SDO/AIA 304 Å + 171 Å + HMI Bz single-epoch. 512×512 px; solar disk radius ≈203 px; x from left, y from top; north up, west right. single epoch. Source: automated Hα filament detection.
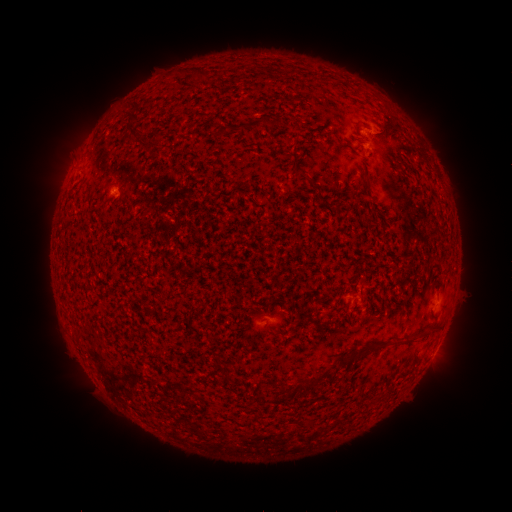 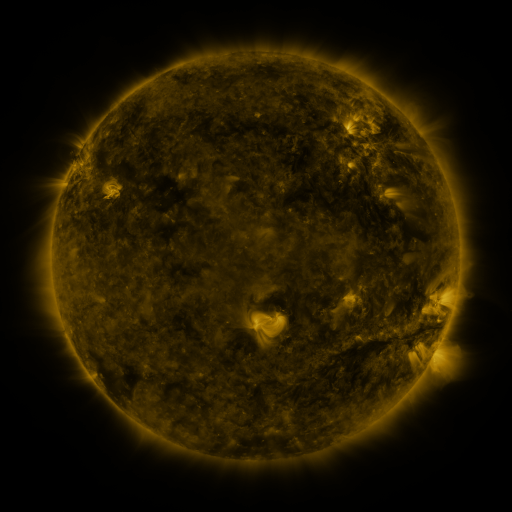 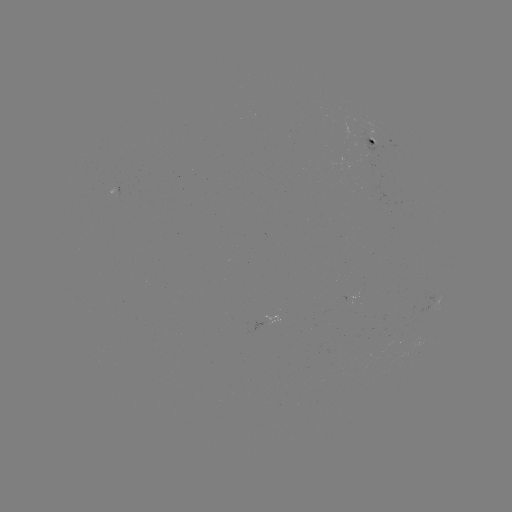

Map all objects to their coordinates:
filament: (202, 72)
filament: (134, 102)
filament: (278, 123)
filament: (252, 126)
filament: (133, 127)
filament: (227, 130)
filament: (298, 149)
filament: (368, 183)
filament: (435, 331)
filament: (411, 340)
filament: (397, 344)
filament: (370, 349)
filament: (344, 361)
filament: (313, 379)
